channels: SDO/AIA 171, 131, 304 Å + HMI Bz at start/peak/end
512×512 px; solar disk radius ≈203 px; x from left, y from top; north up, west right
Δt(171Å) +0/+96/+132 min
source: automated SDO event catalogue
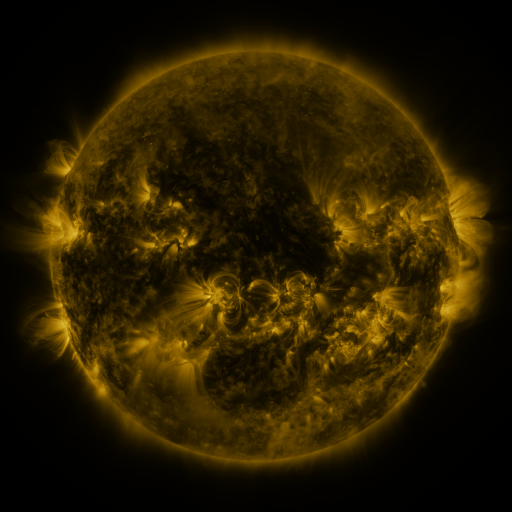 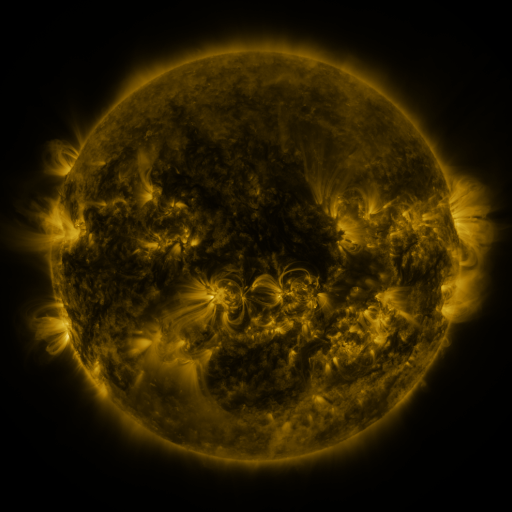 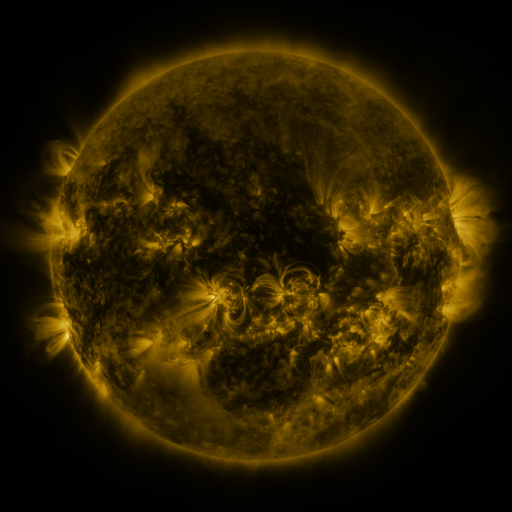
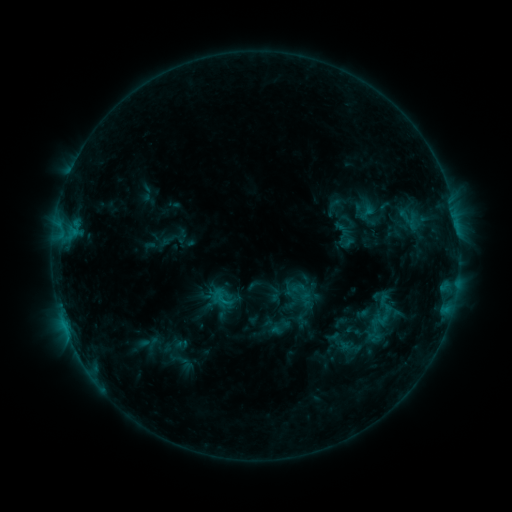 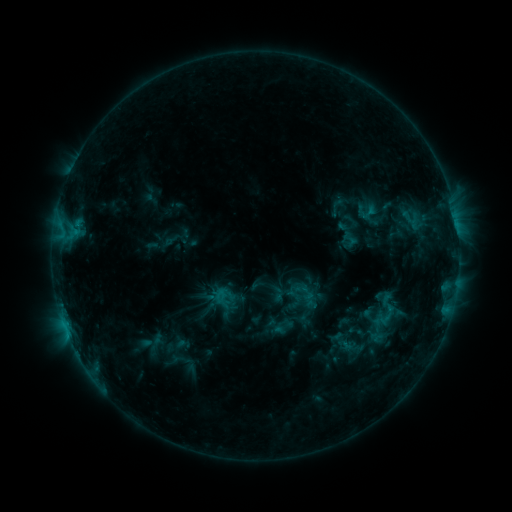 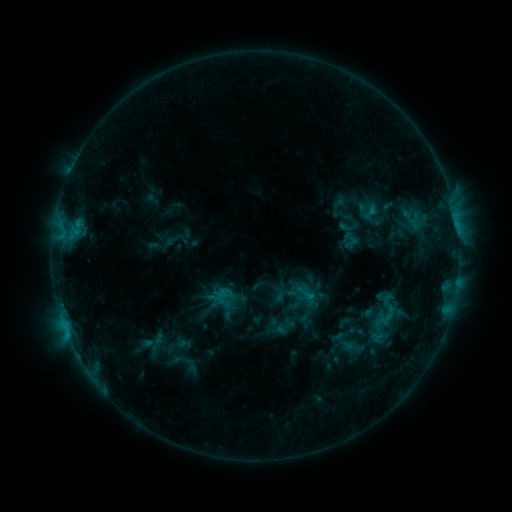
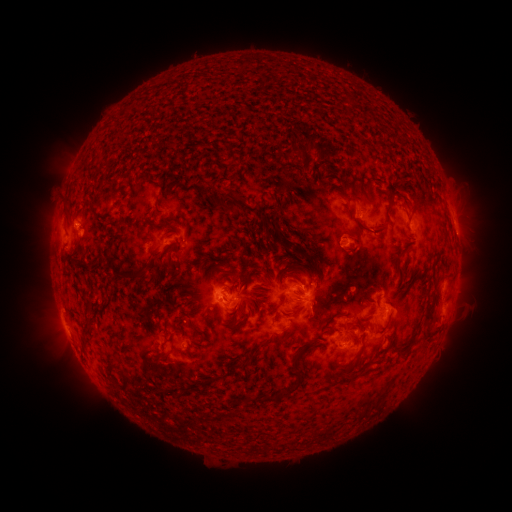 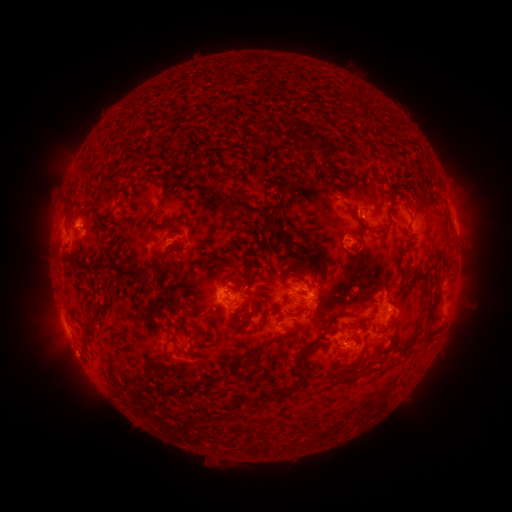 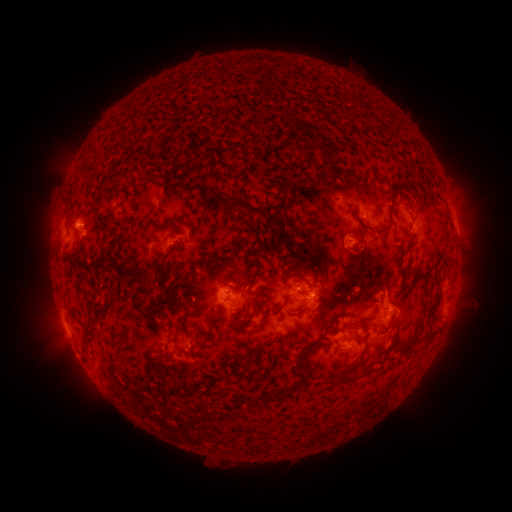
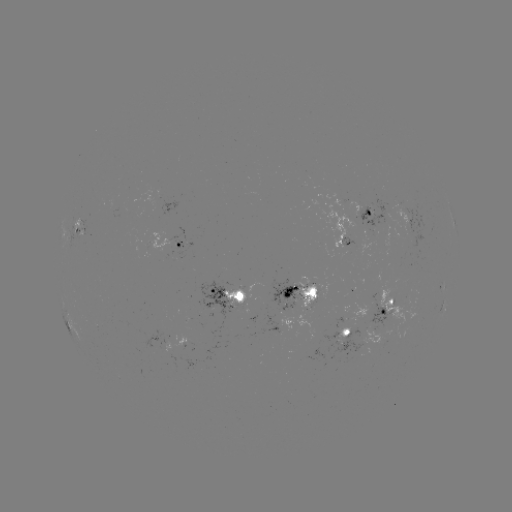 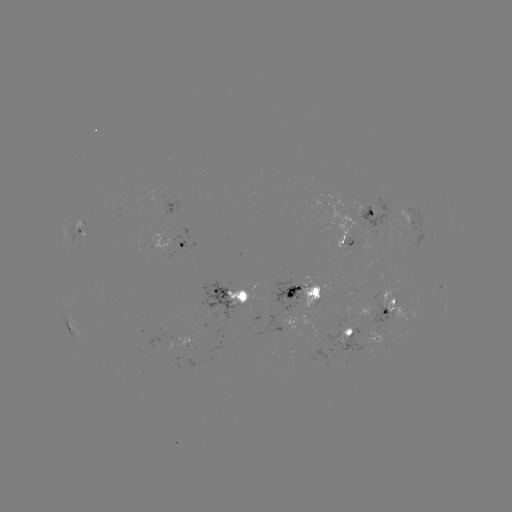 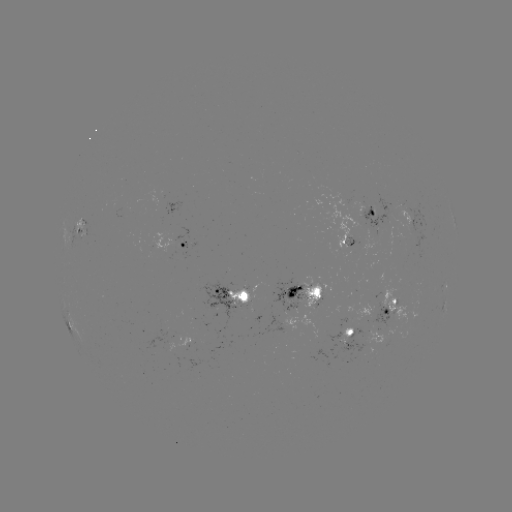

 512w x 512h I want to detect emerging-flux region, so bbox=[340, 250, 353, 259].